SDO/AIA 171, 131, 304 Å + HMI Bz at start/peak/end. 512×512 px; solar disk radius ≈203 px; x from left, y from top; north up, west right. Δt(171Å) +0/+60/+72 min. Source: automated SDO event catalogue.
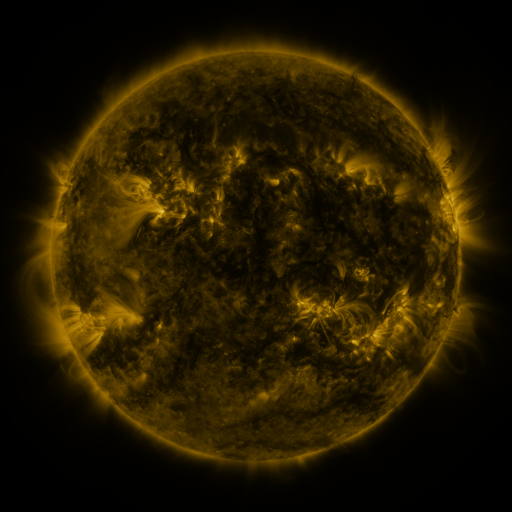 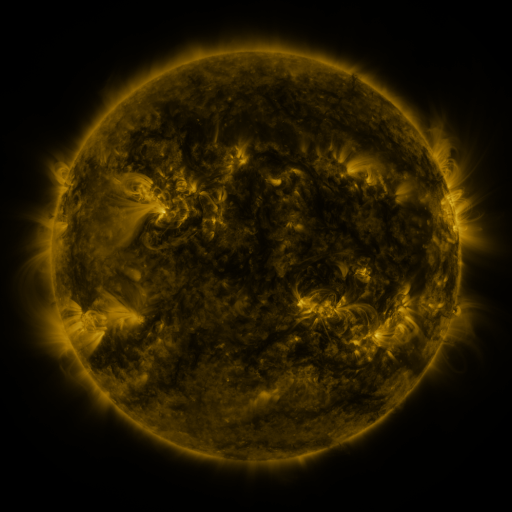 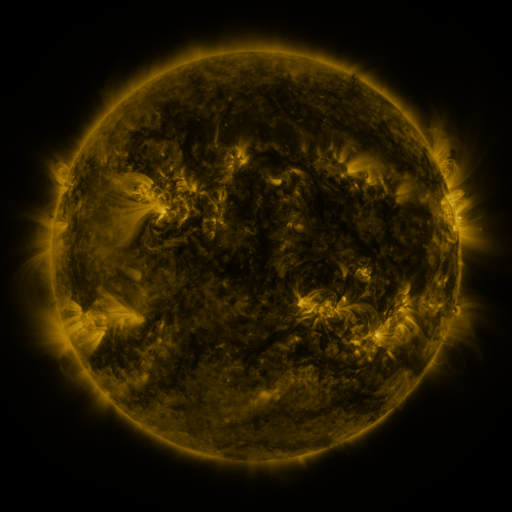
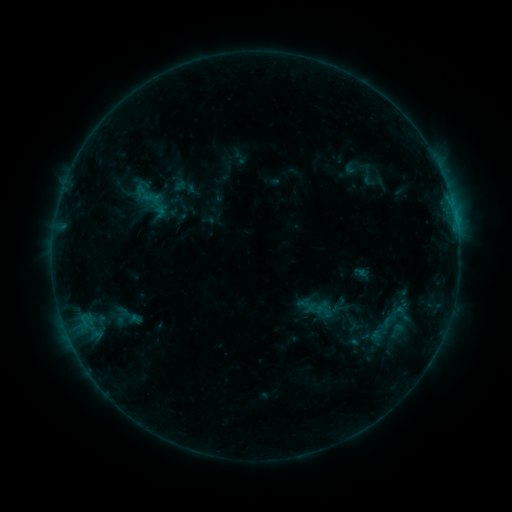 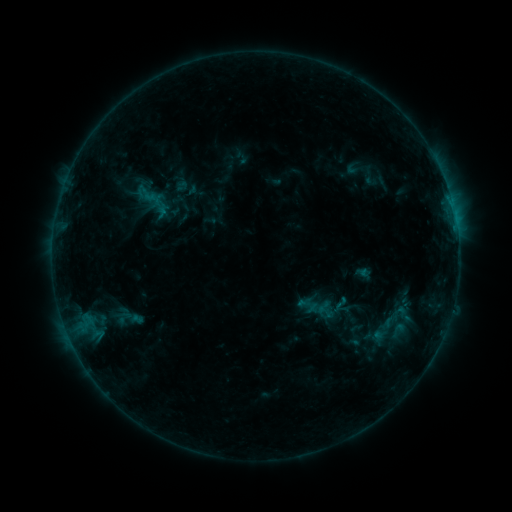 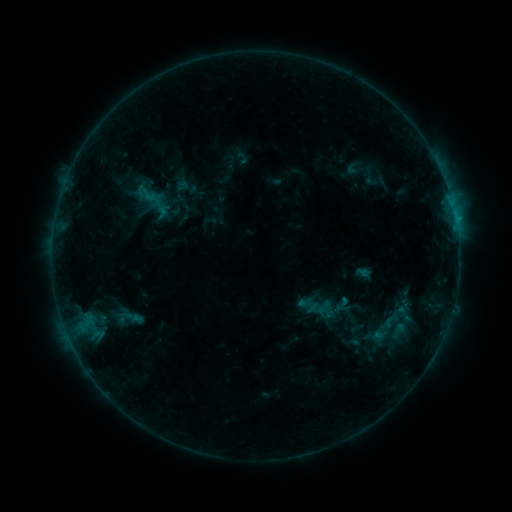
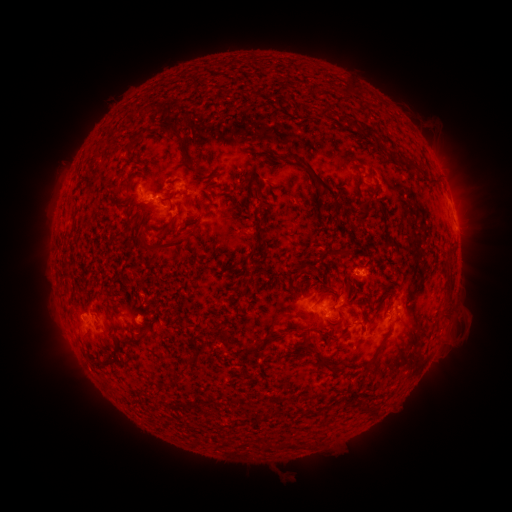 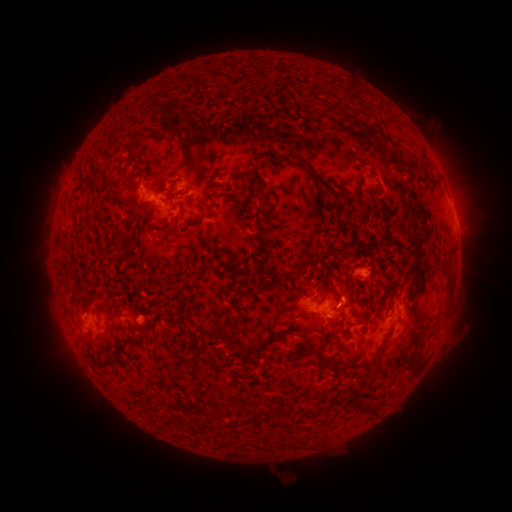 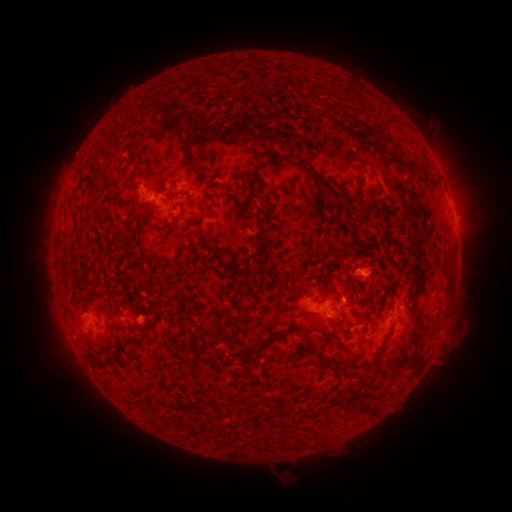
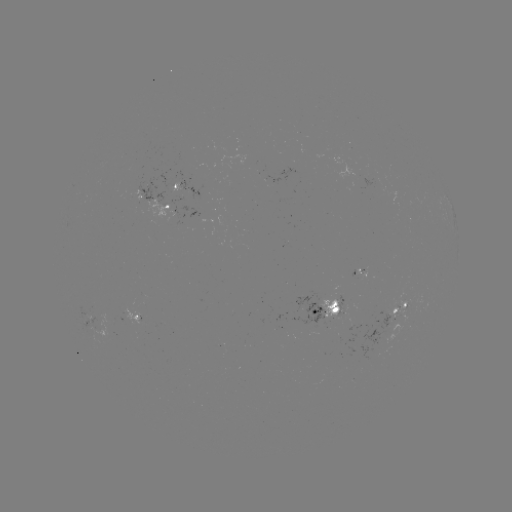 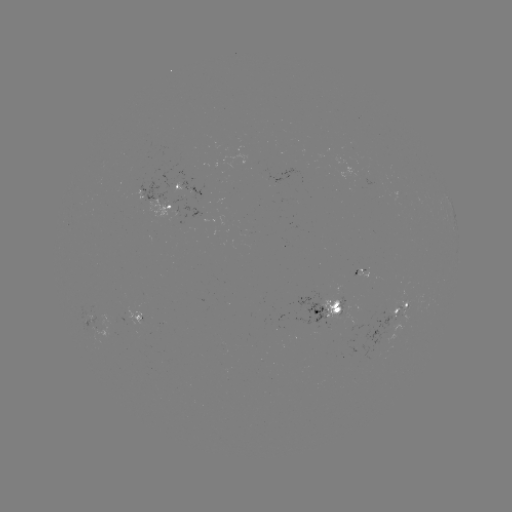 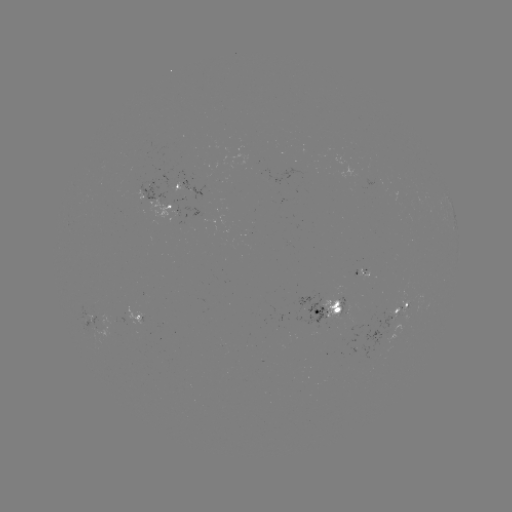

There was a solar emerging-flux region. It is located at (401, 307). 